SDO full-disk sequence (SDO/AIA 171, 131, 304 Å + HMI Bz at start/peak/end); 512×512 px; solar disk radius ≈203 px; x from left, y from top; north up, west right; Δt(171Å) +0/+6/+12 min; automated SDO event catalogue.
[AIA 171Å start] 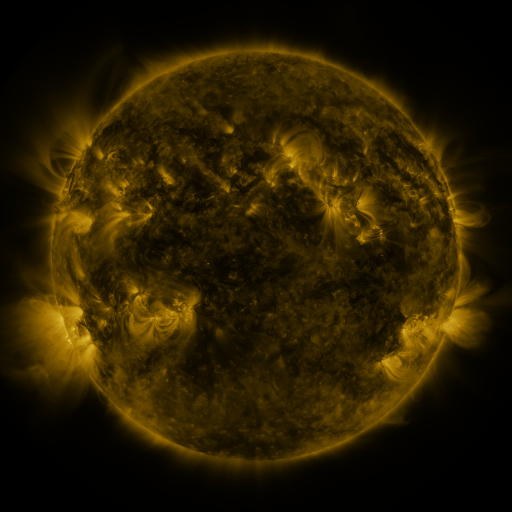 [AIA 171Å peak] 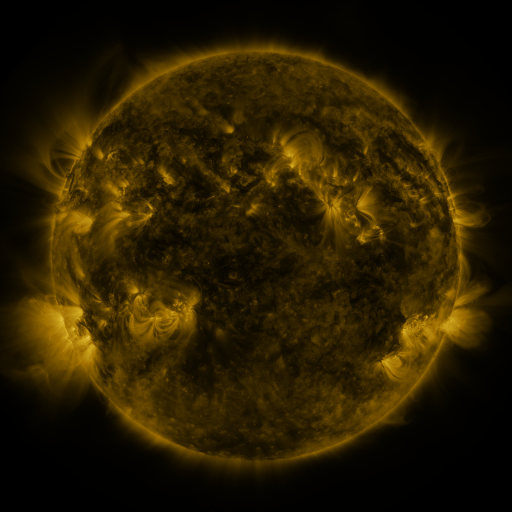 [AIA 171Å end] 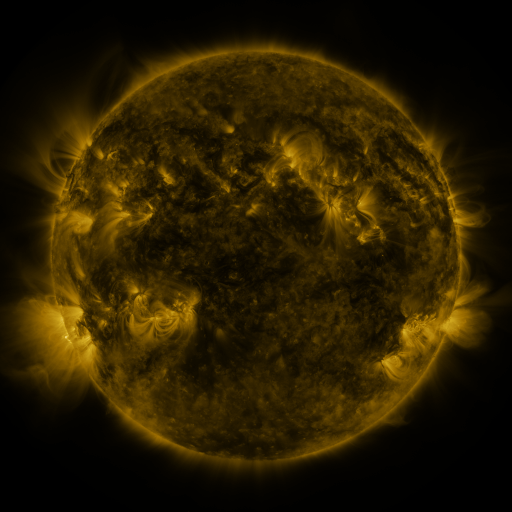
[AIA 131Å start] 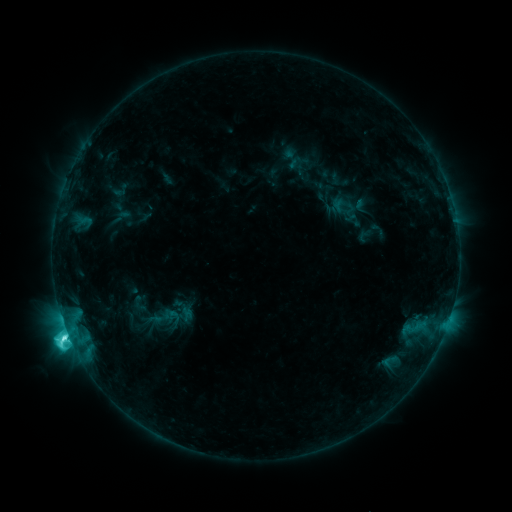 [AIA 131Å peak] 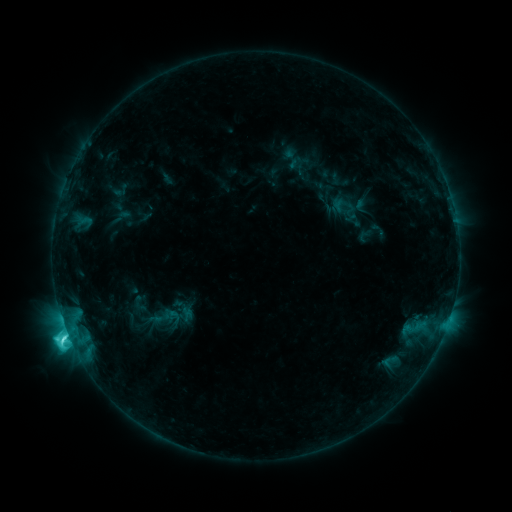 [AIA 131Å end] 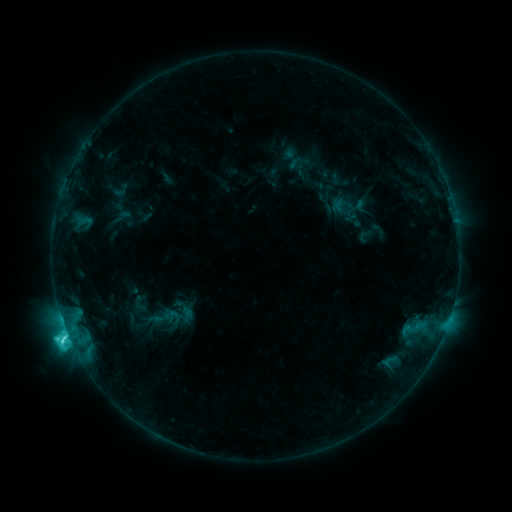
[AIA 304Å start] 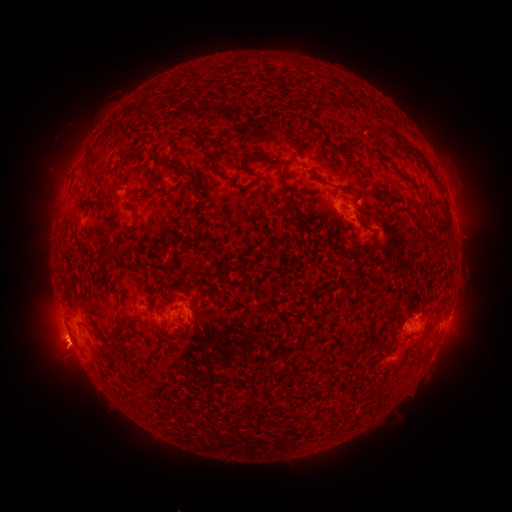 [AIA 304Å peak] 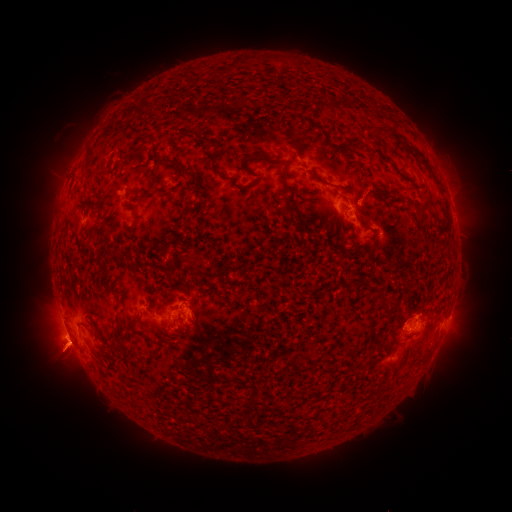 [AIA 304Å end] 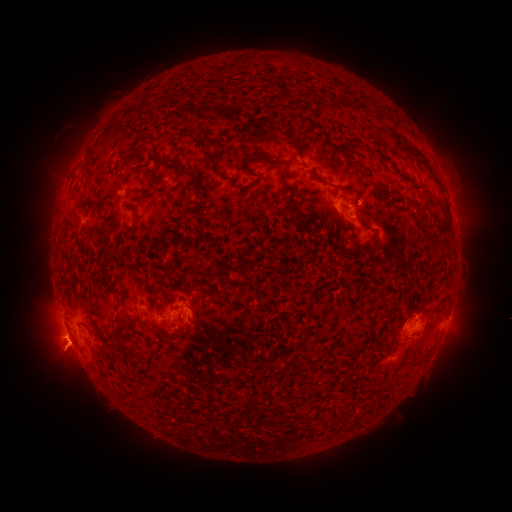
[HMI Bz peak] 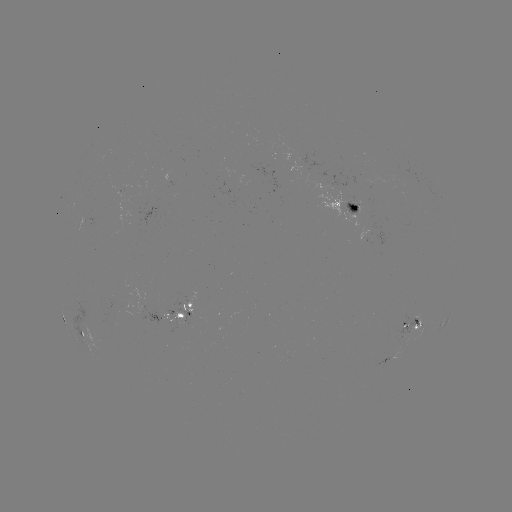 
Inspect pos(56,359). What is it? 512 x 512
eruption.